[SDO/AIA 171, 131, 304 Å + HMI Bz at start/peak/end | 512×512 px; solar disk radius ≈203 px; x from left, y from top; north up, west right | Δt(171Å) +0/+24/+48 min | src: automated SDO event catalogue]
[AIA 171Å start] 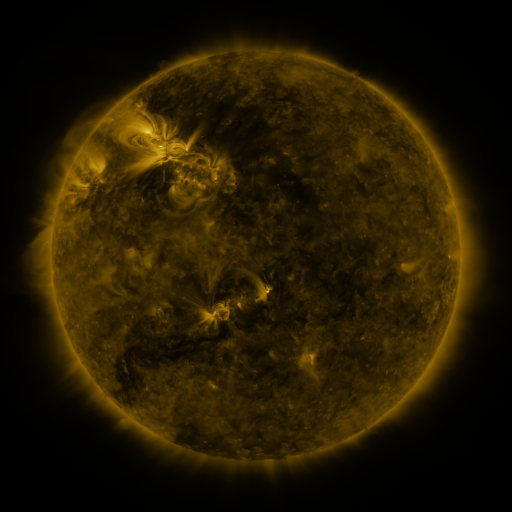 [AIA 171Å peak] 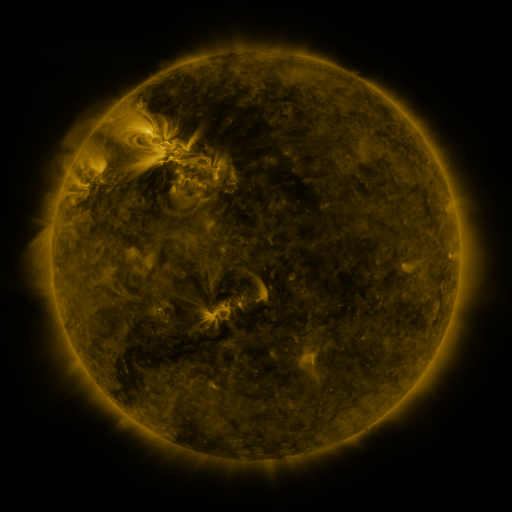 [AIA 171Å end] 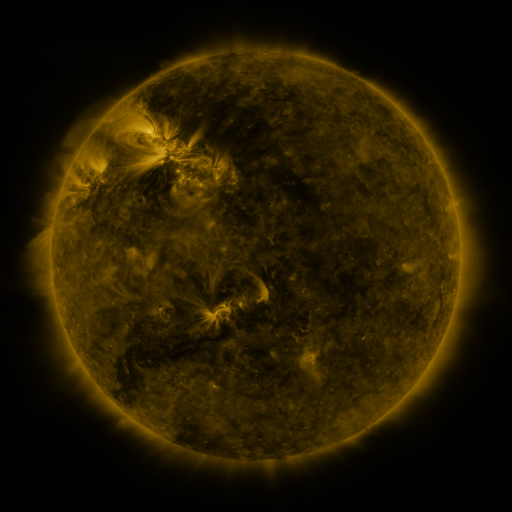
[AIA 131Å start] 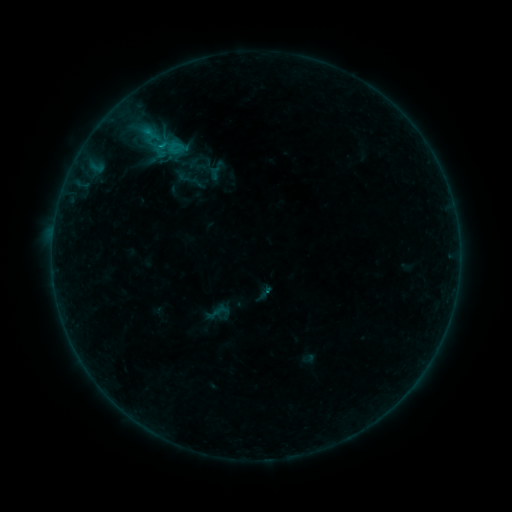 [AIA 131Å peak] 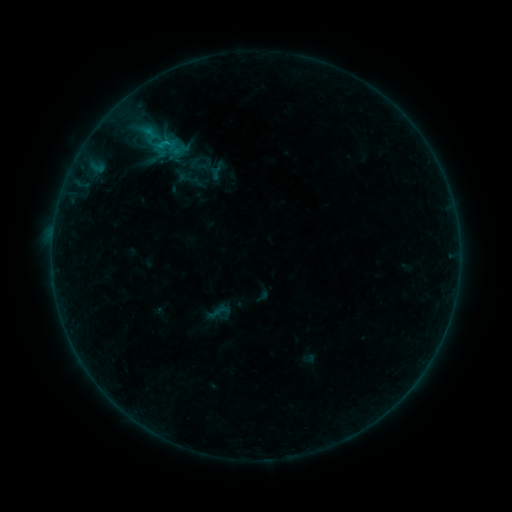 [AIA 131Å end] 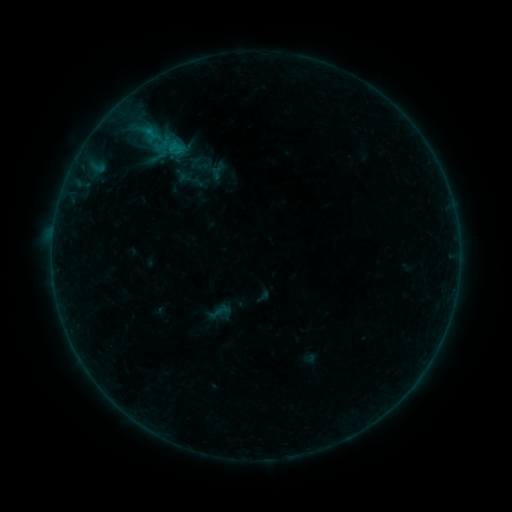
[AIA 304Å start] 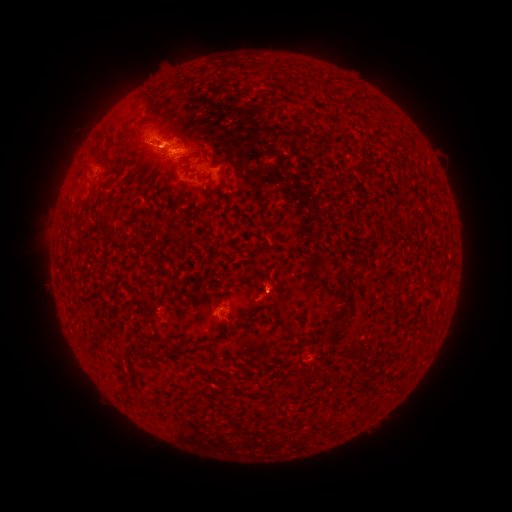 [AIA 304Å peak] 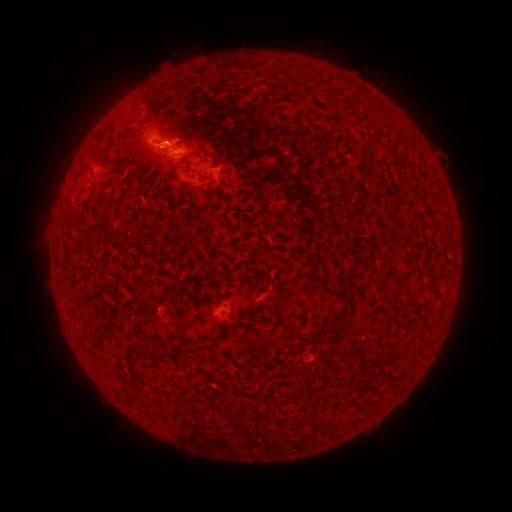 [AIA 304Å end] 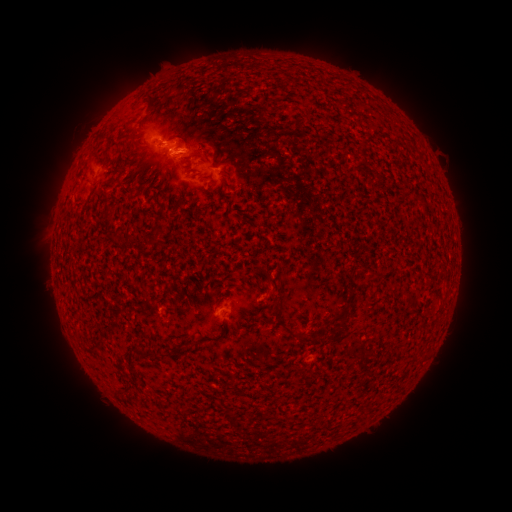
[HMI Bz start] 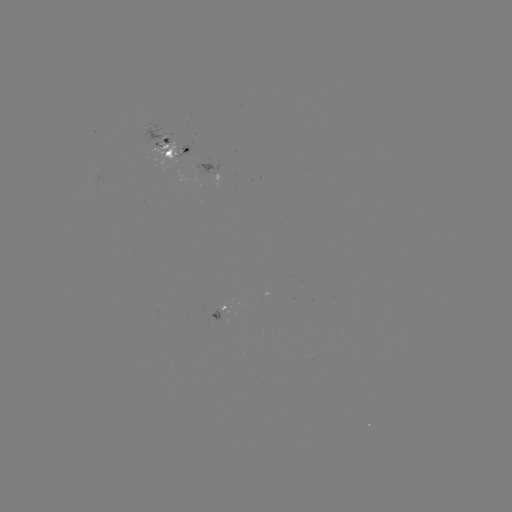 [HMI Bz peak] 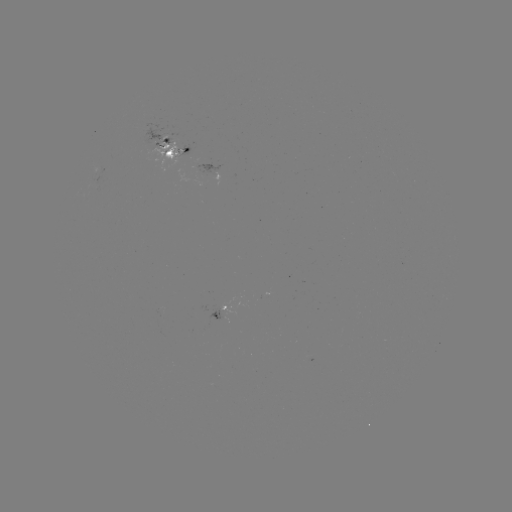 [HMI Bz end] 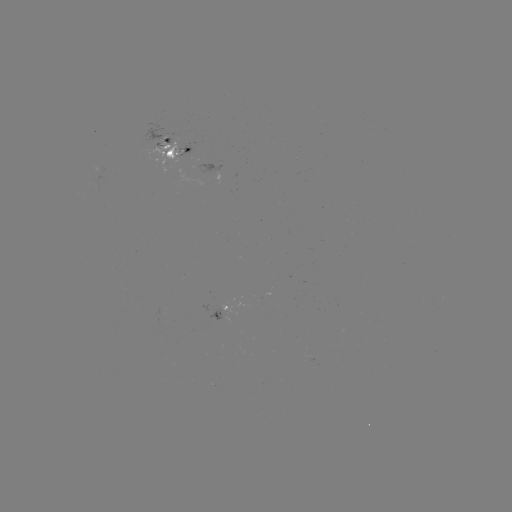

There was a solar emerging-flux region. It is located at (172, 151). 